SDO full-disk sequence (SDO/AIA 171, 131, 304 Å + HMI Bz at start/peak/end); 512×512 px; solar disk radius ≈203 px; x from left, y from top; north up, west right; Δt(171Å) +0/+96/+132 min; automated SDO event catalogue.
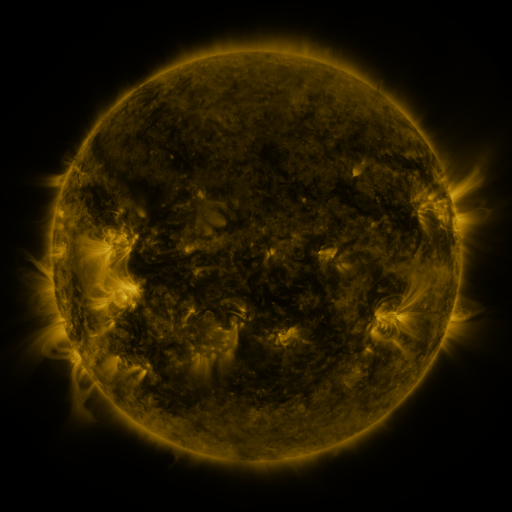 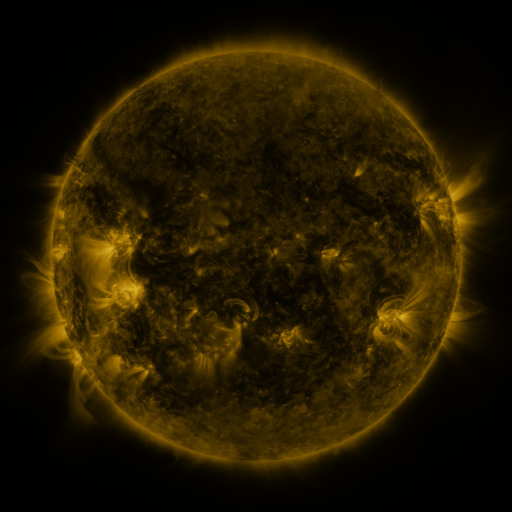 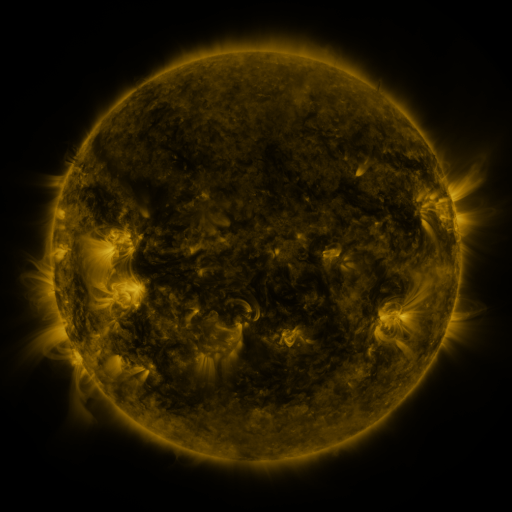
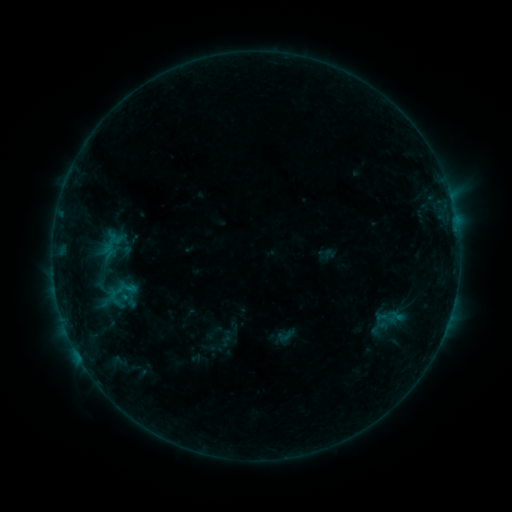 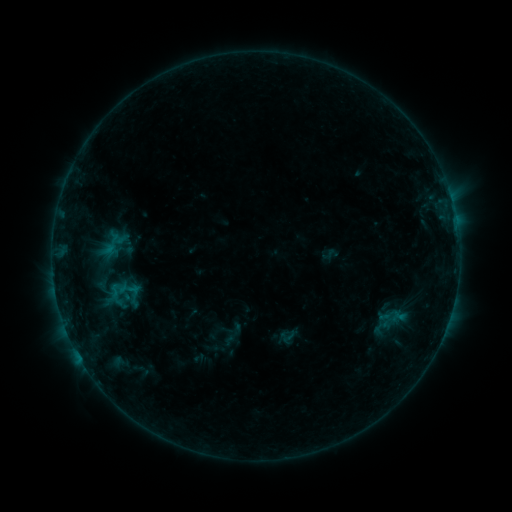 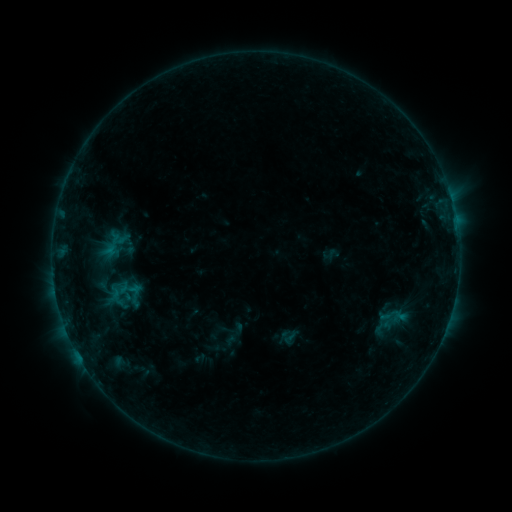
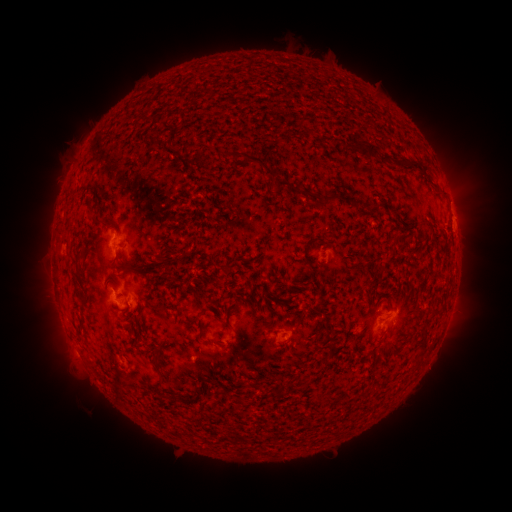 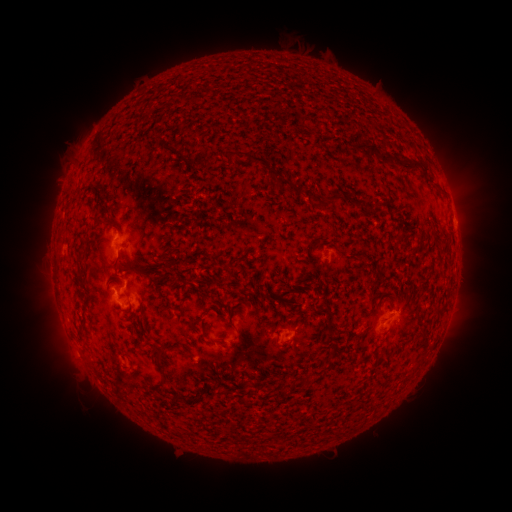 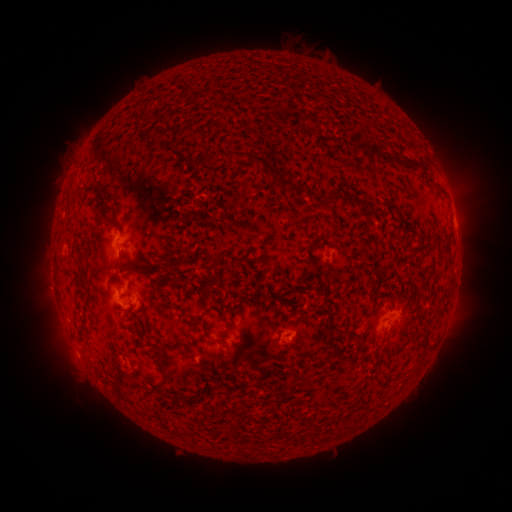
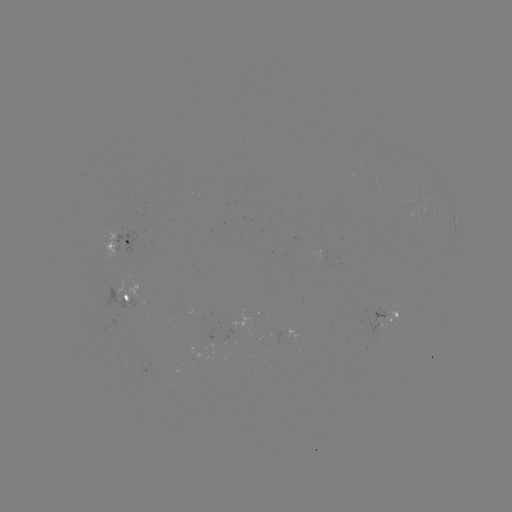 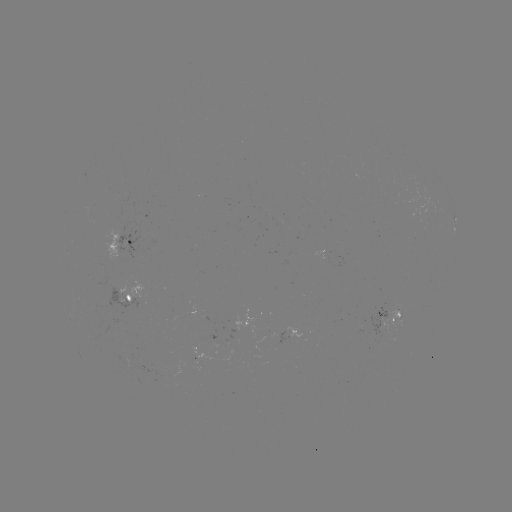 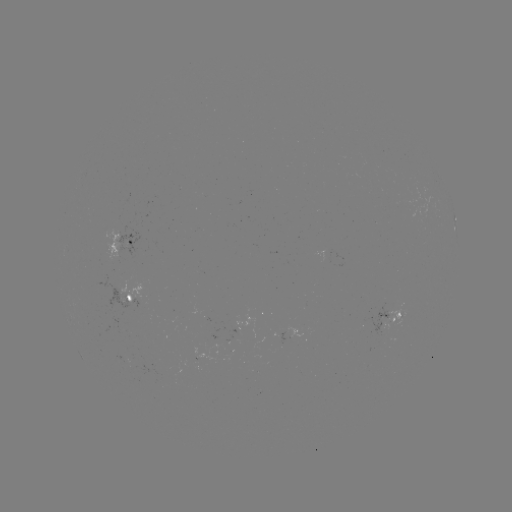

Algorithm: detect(emerging-flux region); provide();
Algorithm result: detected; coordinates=291,335